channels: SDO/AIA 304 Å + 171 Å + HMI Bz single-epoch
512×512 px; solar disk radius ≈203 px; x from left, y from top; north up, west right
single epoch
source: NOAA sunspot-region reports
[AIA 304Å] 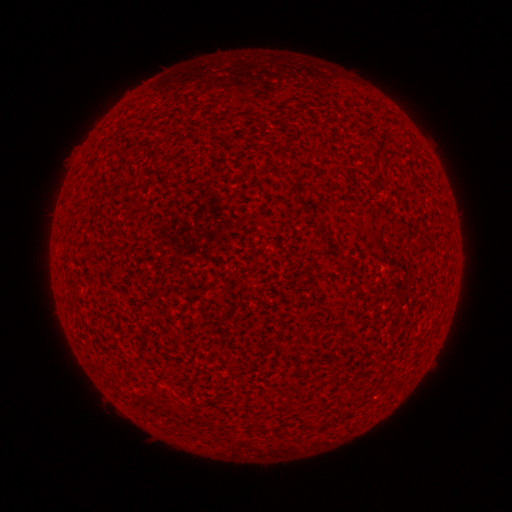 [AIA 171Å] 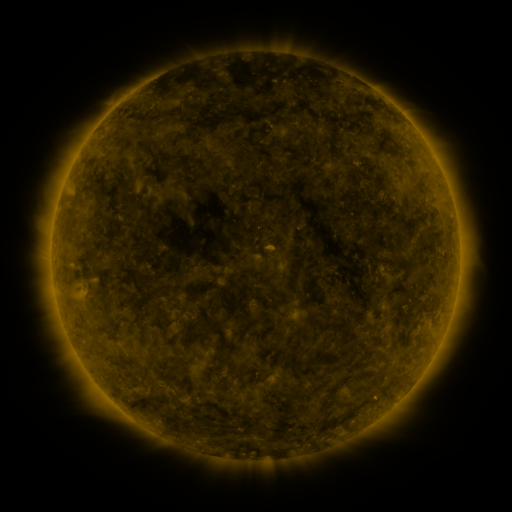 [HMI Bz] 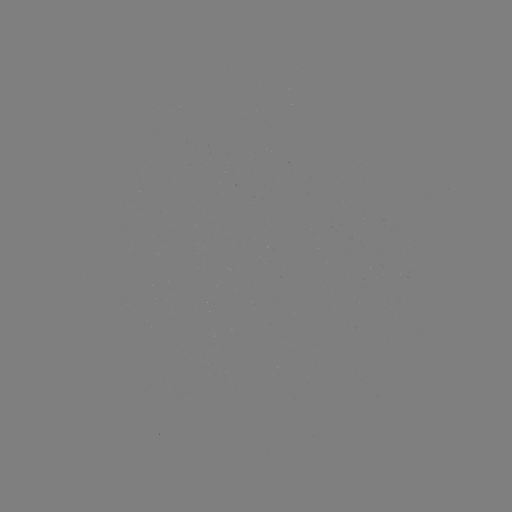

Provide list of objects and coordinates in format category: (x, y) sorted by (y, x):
(none)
